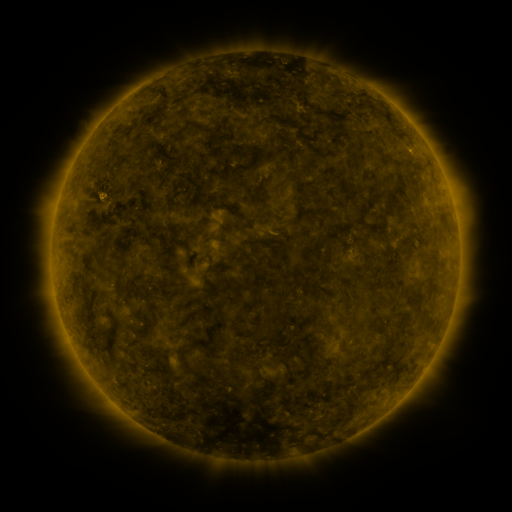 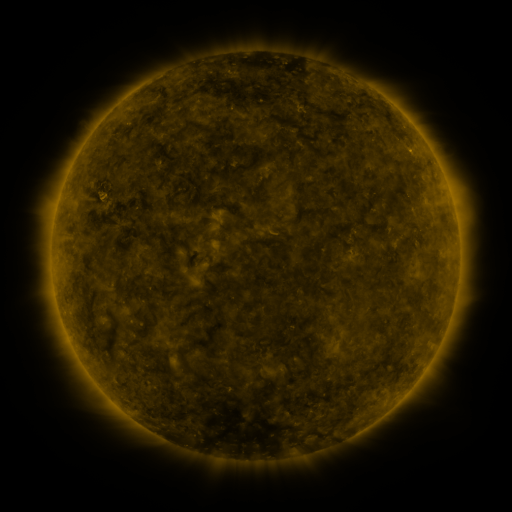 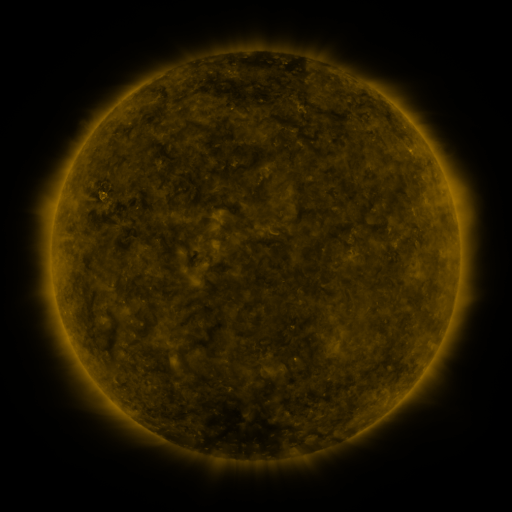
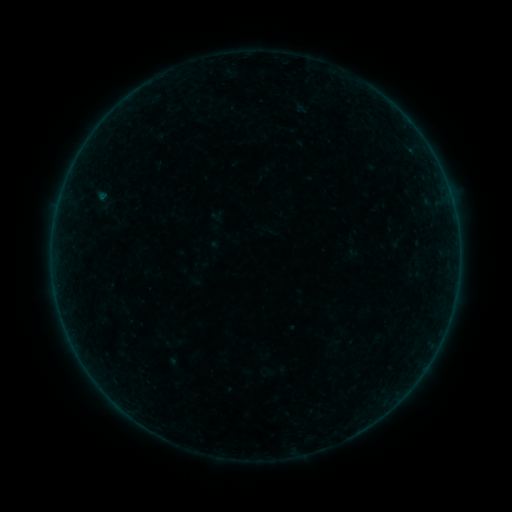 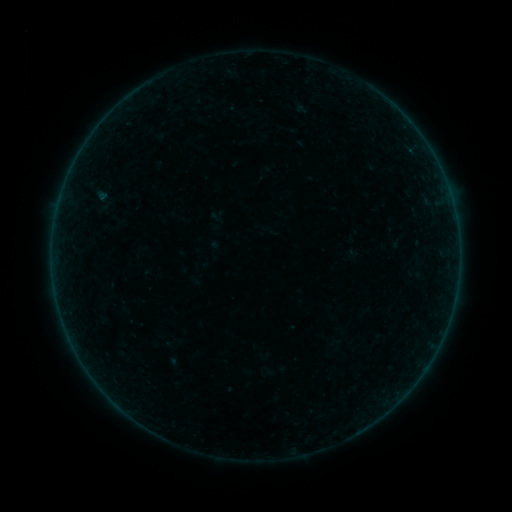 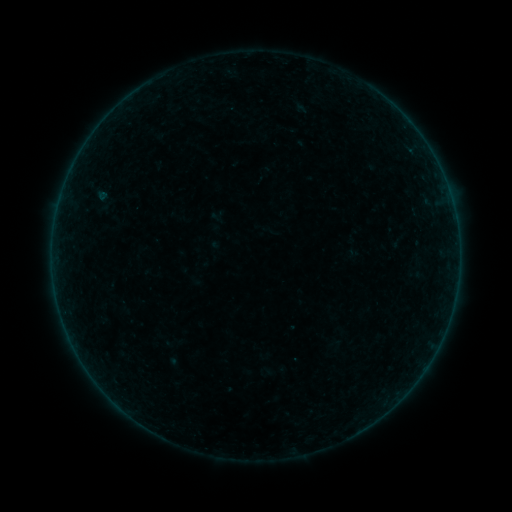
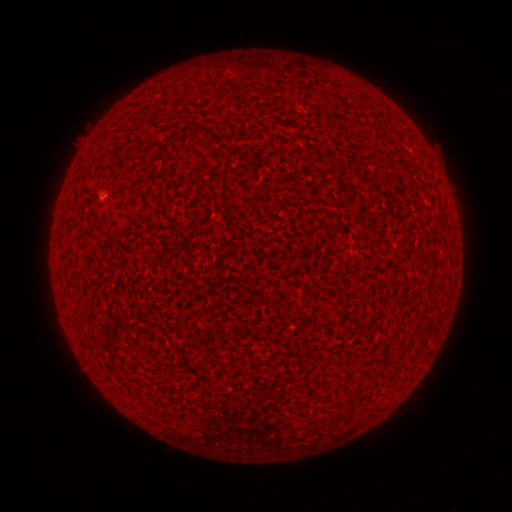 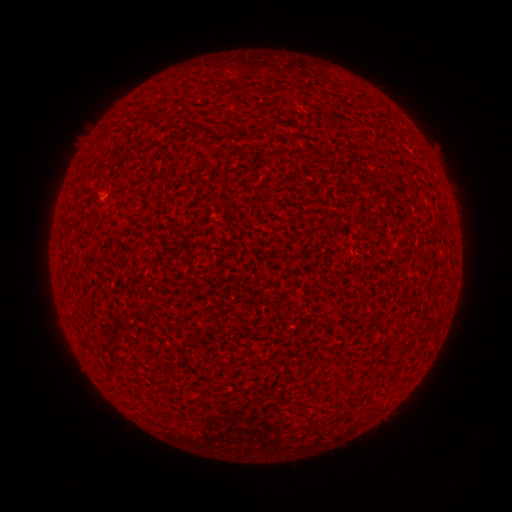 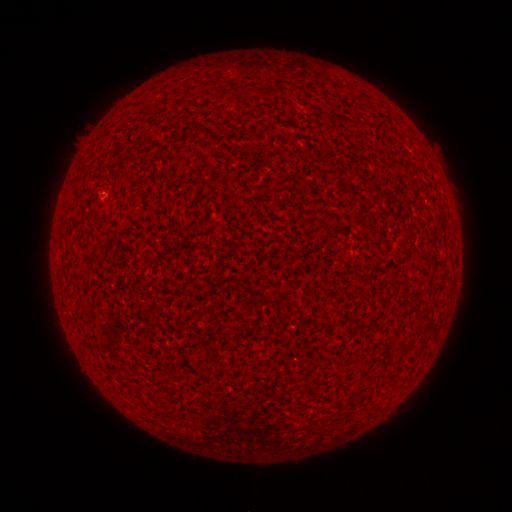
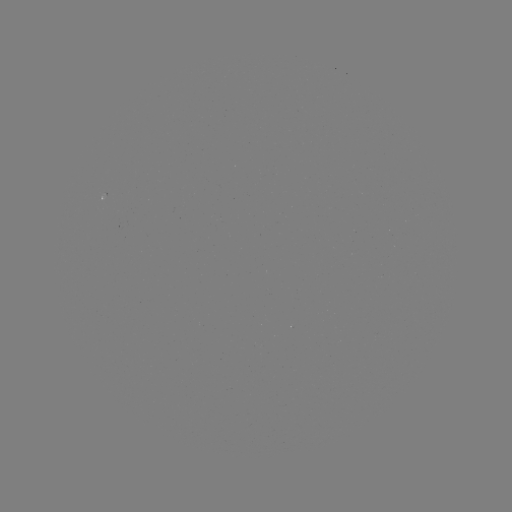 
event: flare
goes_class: A1.1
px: (292, 359)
